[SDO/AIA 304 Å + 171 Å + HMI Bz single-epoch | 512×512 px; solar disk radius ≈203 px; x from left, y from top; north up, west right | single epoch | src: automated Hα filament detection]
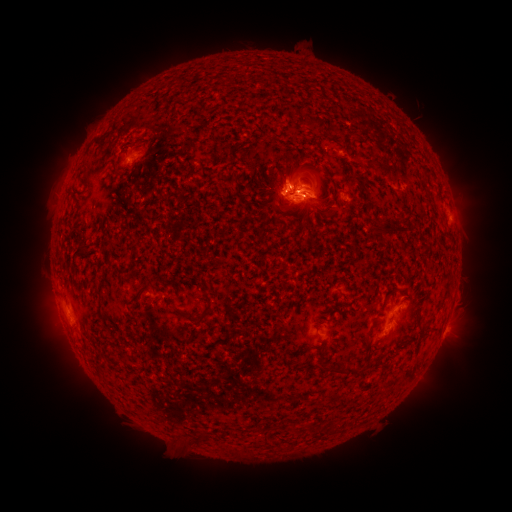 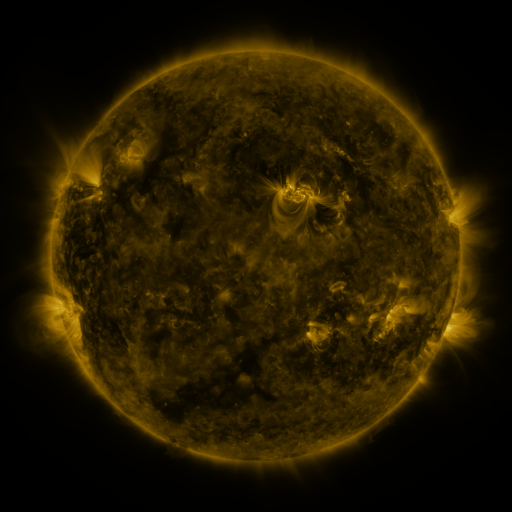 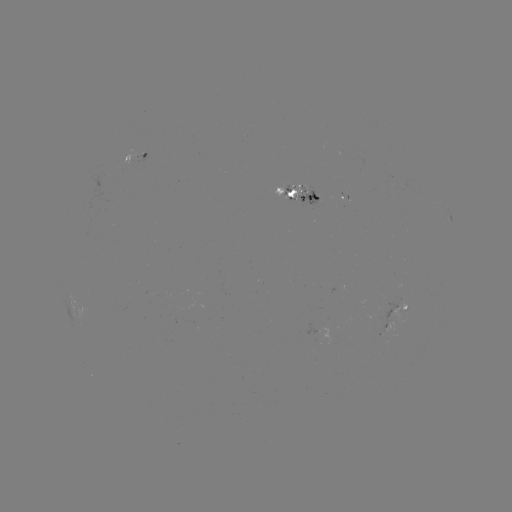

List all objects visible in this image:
filament: <bbox>113, 158, 121, 173</bbox>
filament: <bbox>303, 165, 319, 181</bbox>
filament: <bbox>286, 188, 297, 197</bbox>
filament: <bbox>288, 203, 299, 211</bbox>
filament: <bbox>323, 211, 333, 219</bbox>
filament: <bbox>125, 283, 150, 305</bbox>
filament: <bbox>172, 305, 205, 325</bbox>
filament: <bbox>362, 332, 369, 345</bbox>
filament: <bbox>320, 362, 353, 376</bbox>
